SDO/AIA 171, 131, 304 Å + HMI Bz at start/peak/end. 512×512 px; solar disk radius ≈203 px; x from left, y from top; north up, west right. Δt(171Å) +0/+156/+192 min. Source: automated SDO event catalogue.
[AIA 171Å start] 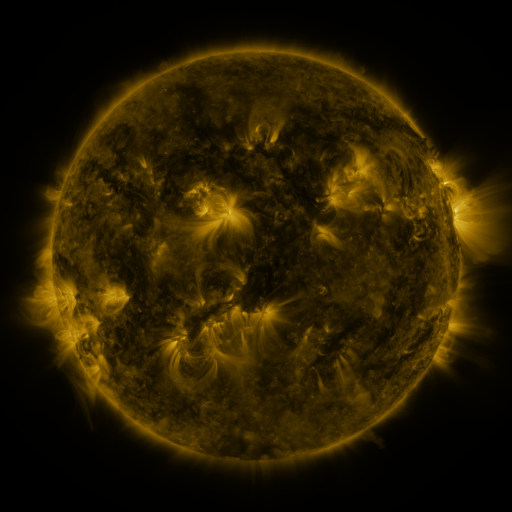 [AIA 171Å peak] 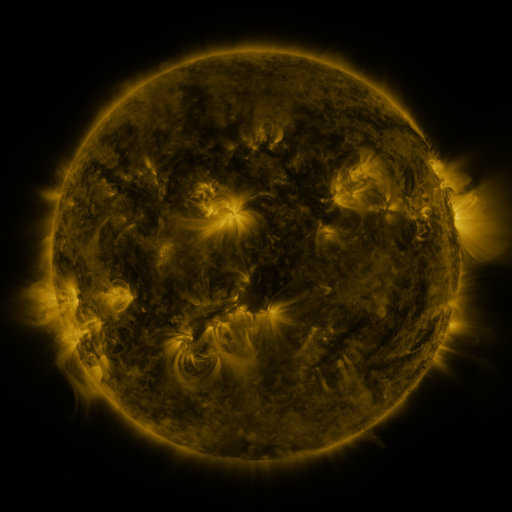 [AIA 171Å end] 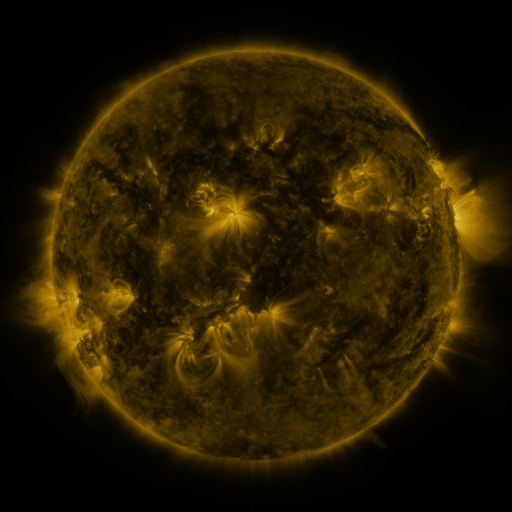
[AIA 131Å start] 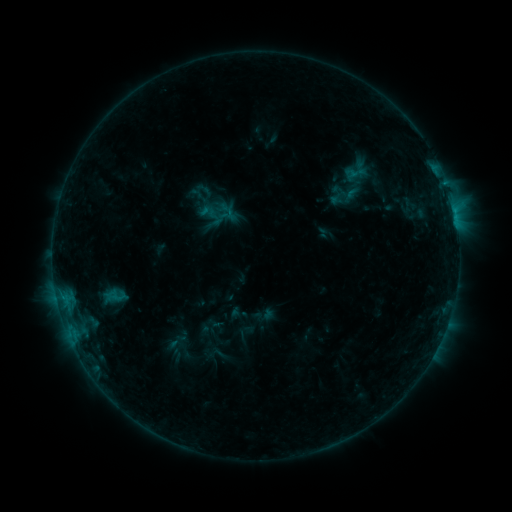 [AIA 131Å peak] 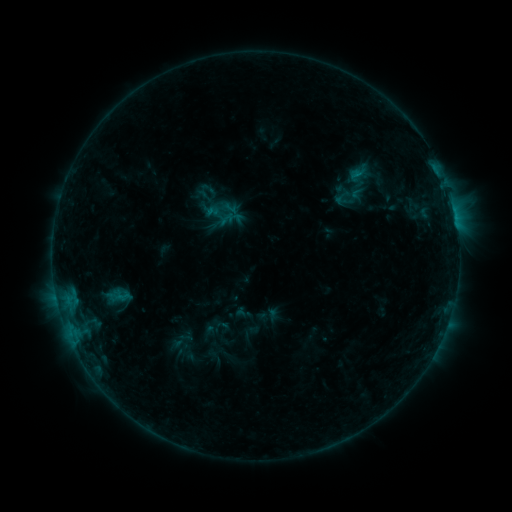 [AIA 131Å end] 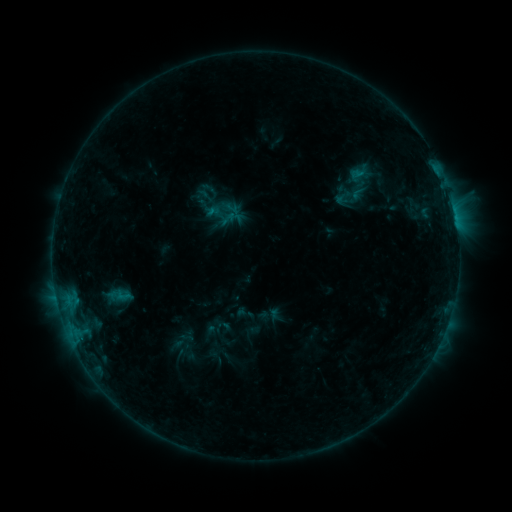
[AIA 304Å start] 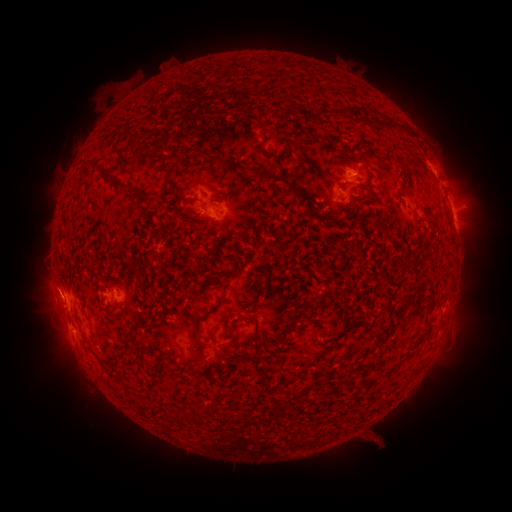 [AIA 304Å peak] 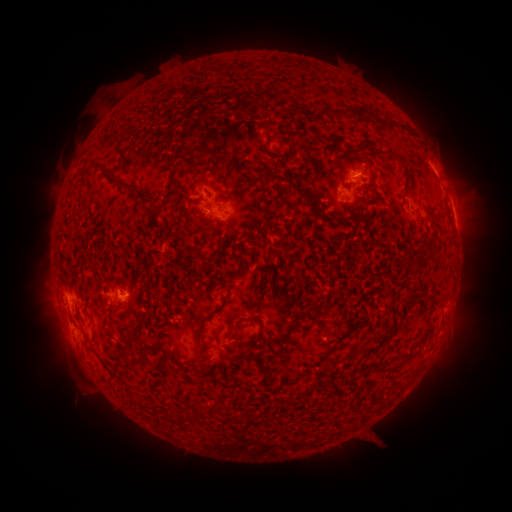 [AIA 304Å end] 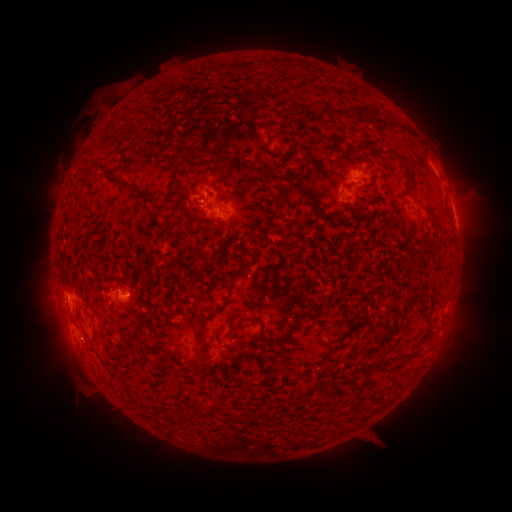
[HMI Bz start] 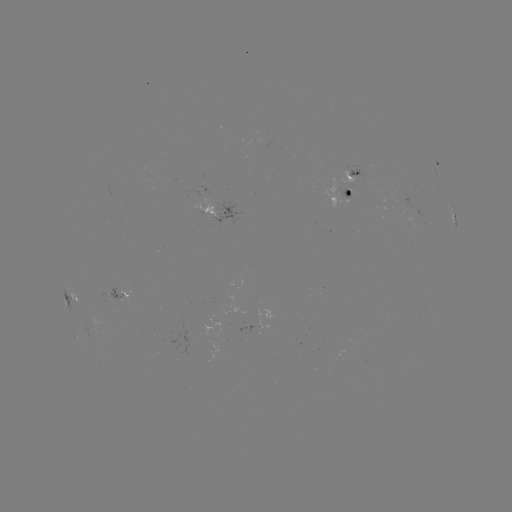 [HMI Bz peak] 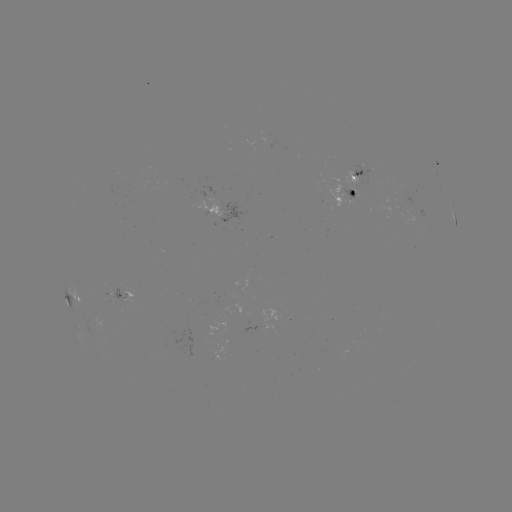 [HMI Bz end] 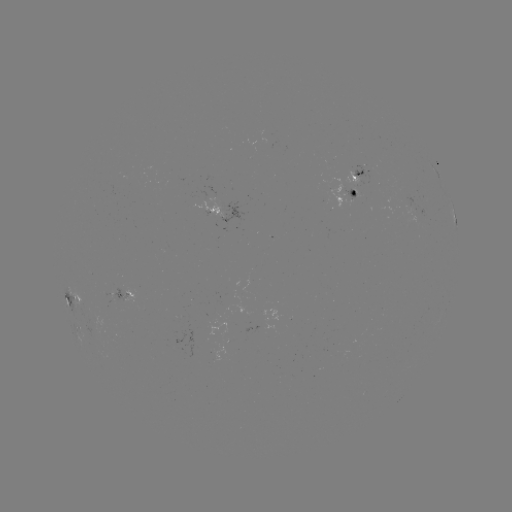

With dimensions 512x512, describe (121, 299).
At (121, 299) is emerging-flux region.